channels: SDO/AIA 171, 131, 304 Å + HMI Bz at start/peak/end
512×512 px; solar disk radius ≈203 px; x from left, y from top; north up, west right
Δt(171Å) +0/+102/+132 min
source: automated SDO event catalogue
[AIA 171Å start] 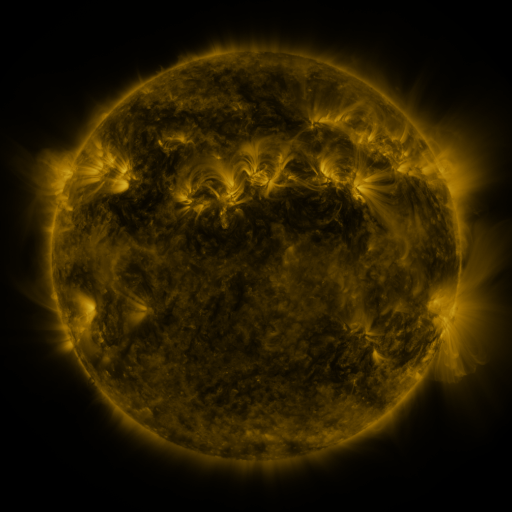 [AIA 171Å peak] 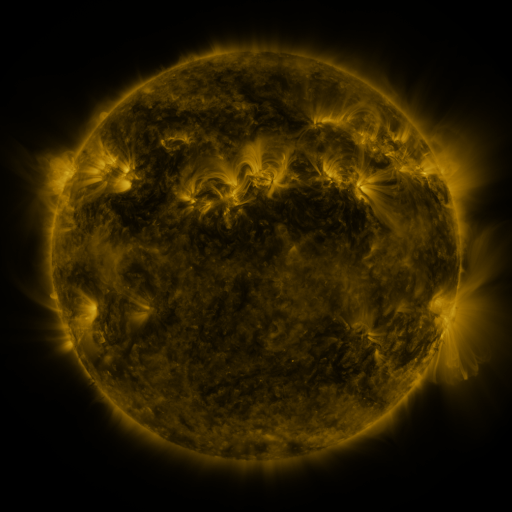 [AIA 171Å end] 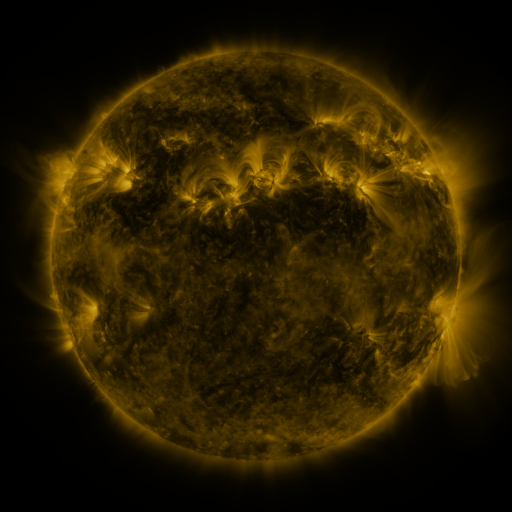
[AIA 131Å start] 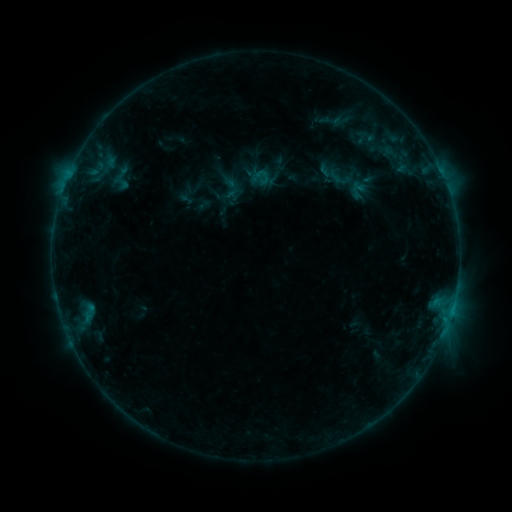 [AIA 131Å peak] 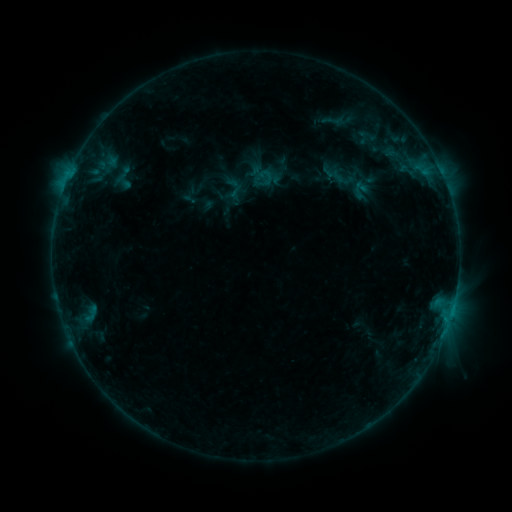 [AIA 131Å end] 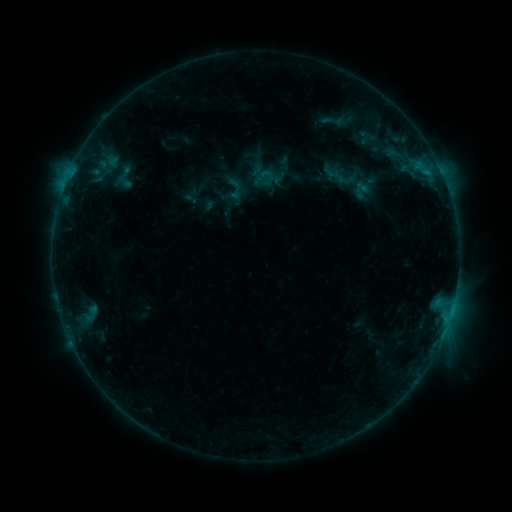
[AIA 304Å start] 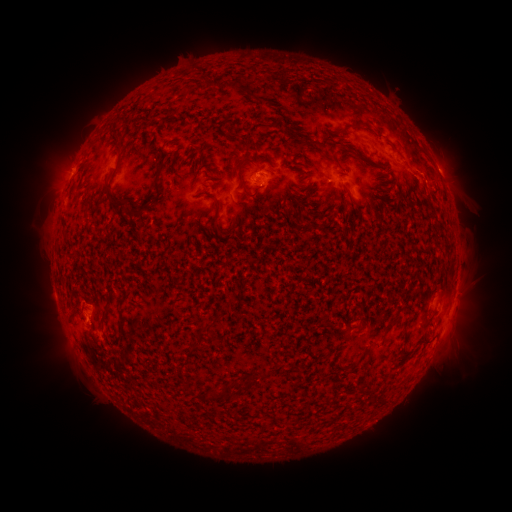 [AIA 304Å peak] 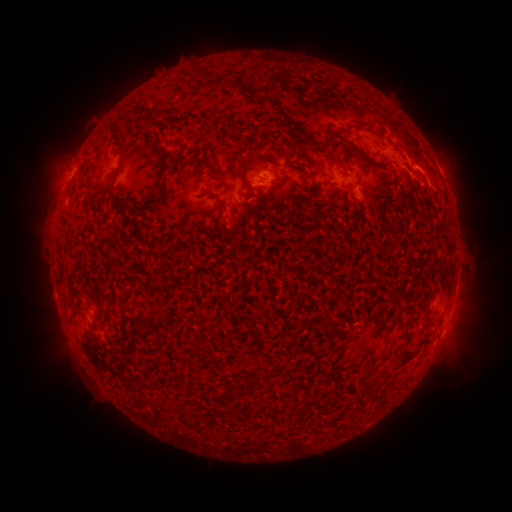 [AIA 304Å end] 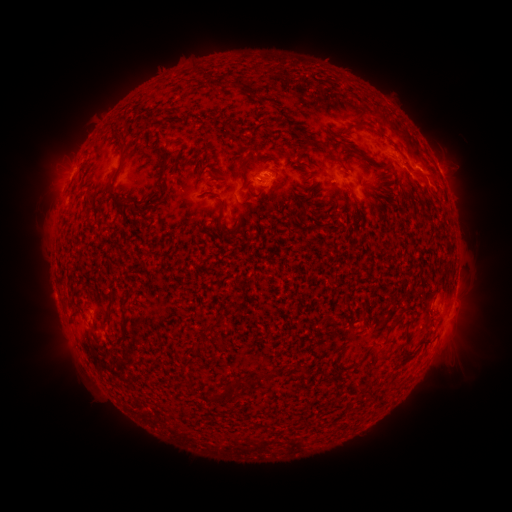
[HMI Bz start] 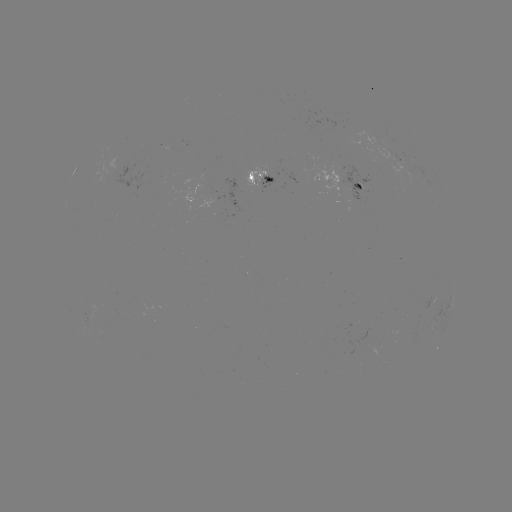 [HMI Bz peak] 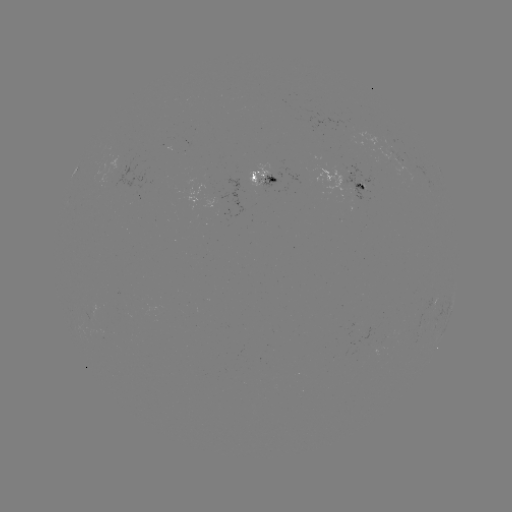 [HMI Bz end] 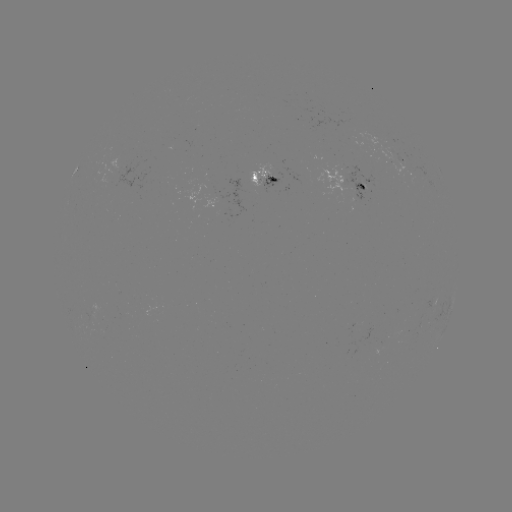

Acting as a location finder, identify B8.6 flare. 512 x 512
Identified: (420, 161).